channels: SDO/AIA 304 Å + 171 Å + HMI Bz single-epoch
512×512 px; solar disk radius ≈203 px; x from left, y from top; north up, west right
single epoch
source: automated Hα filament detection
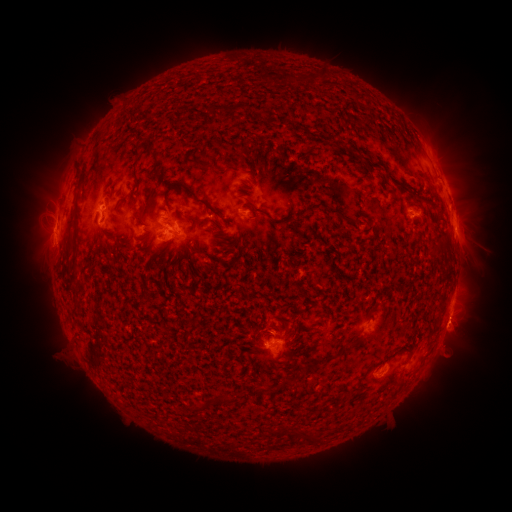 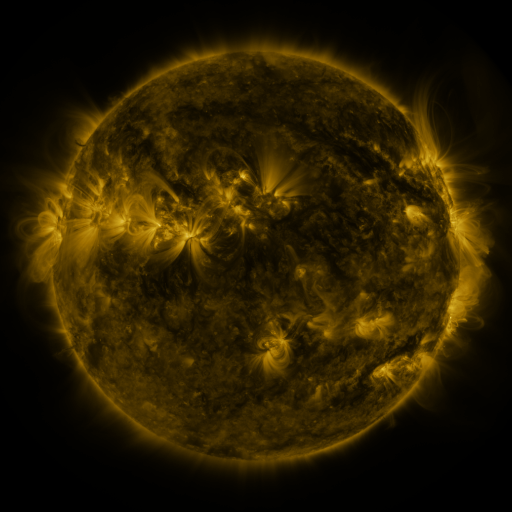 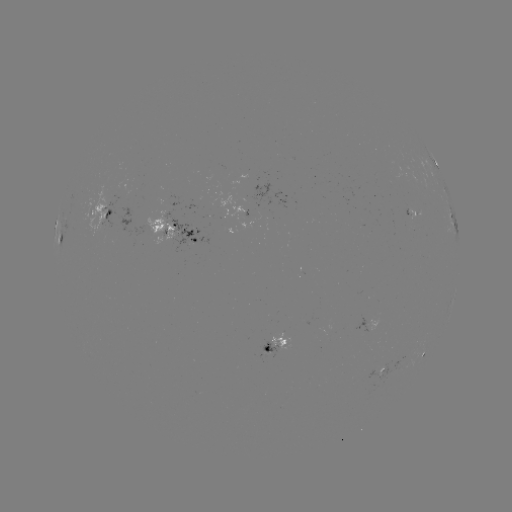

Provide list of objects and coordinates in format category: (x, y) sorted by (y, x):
filament: (237, 106)
filament: (137, 152)
filament: (202, 163)
filament: (194, 196)
filament: (256, 210)
filament: (61, 237)
filament: (162, 249)
filament: (288, 382)
